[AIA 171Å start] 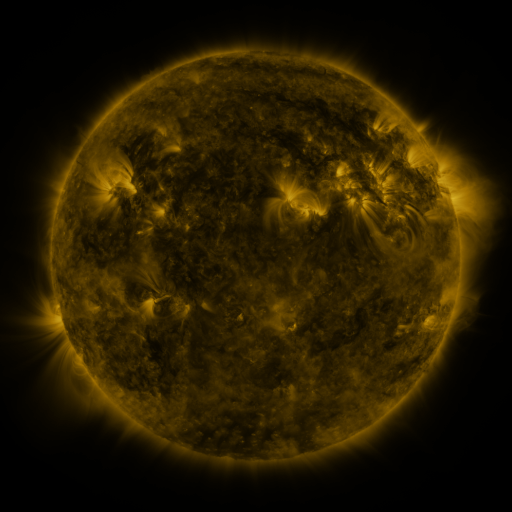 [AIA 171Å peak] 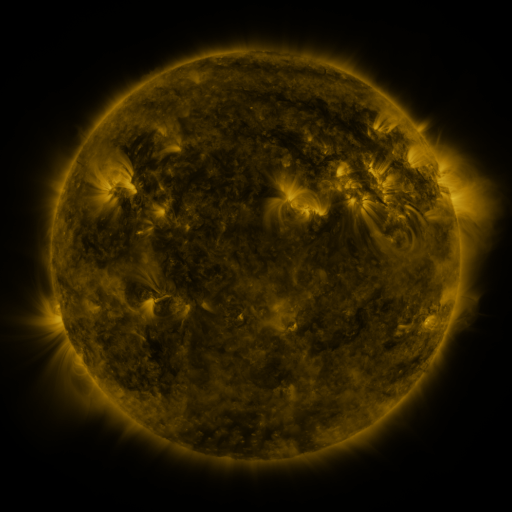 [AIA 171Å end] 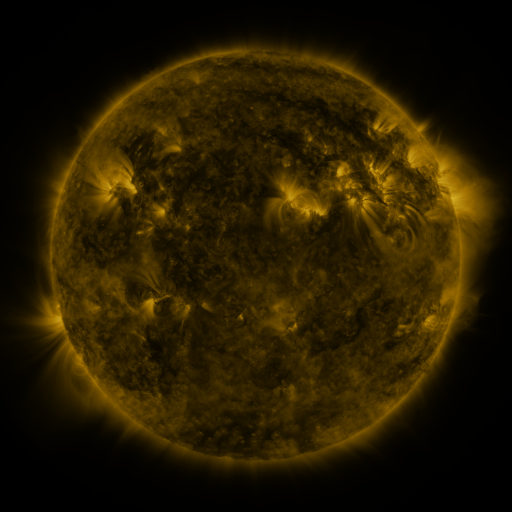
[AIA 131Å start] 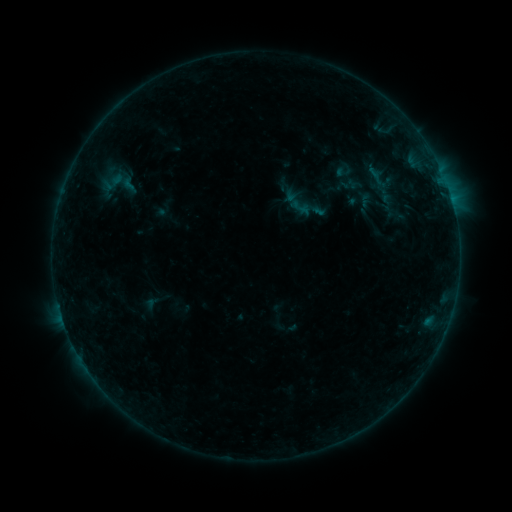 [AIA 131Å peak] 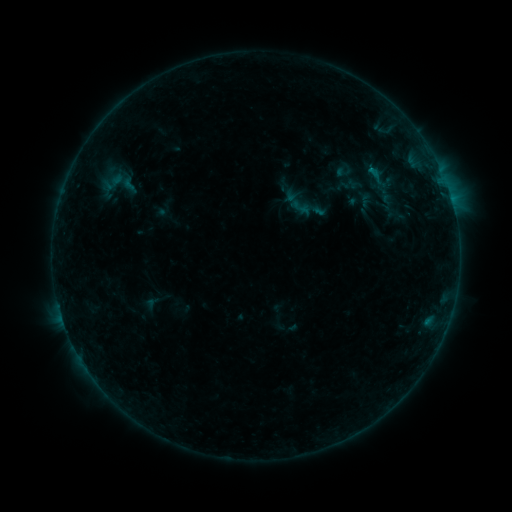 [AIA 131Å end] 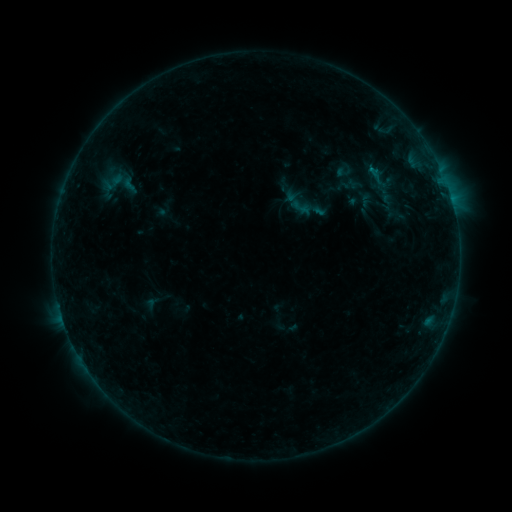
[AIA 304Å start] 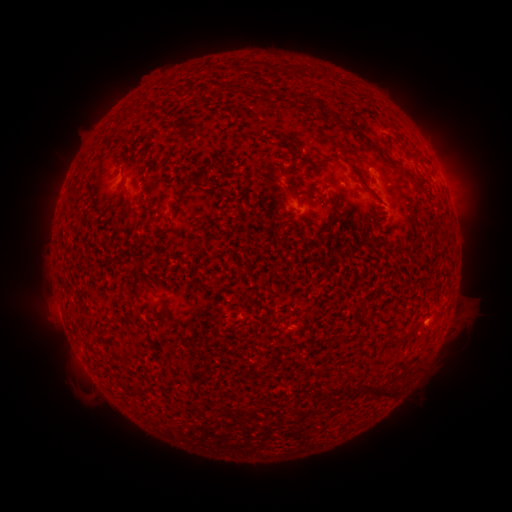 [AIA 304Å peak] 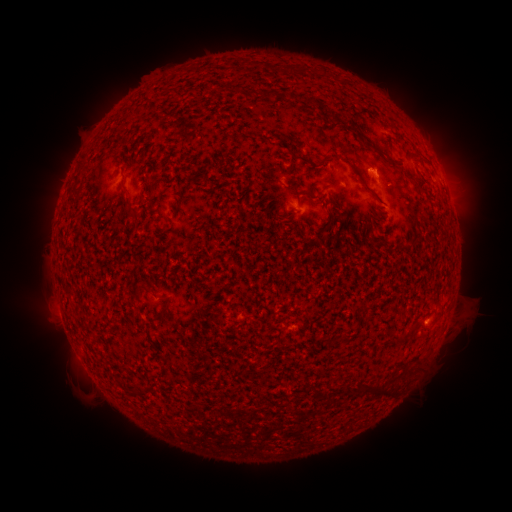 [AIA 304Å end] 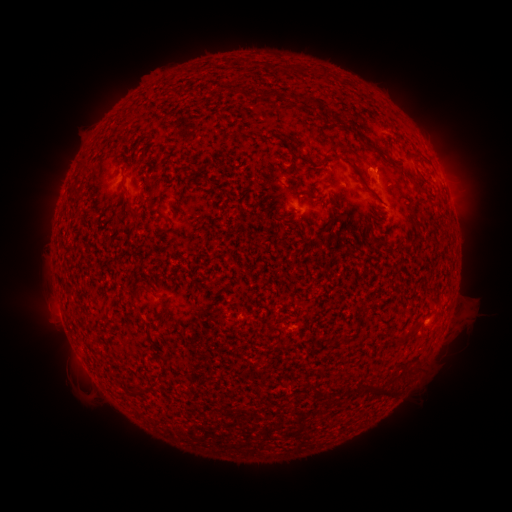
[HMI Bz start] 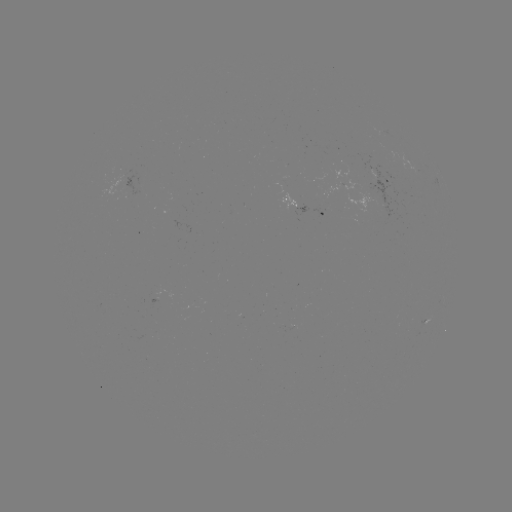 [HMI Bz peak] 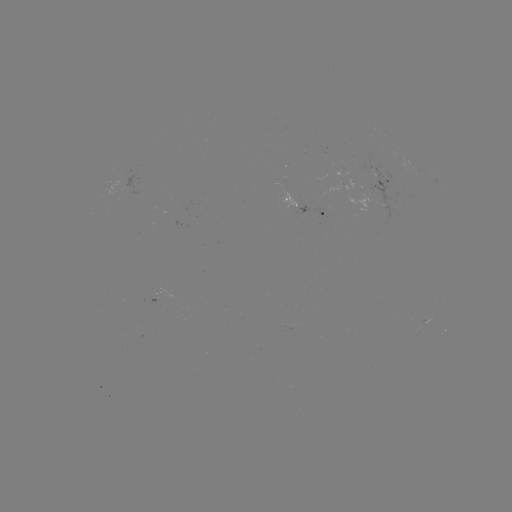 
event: flare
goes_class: B2.2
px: (372, 172)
